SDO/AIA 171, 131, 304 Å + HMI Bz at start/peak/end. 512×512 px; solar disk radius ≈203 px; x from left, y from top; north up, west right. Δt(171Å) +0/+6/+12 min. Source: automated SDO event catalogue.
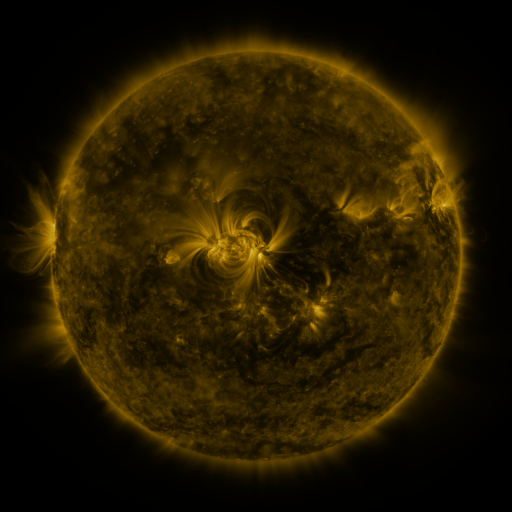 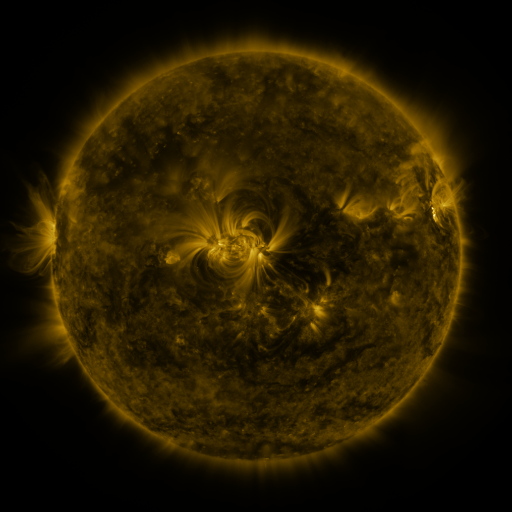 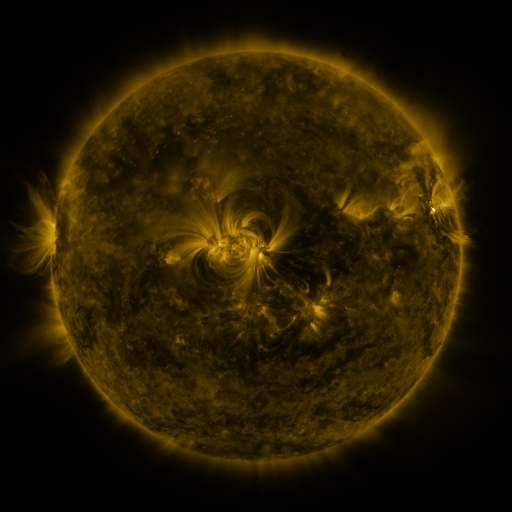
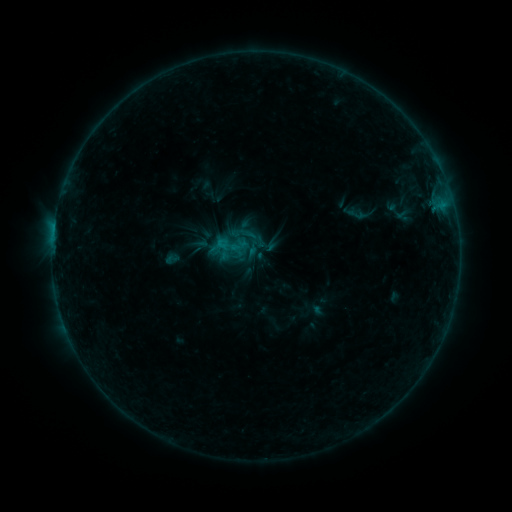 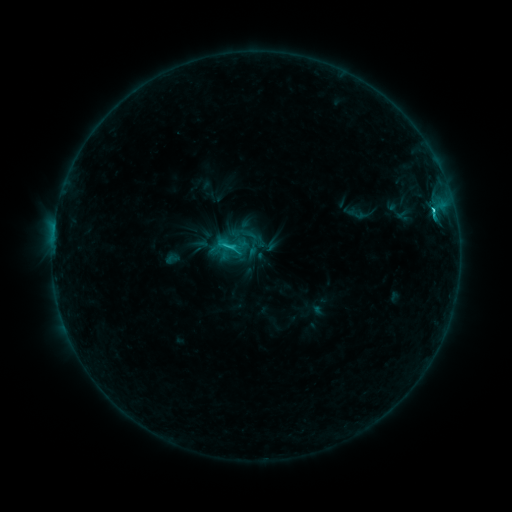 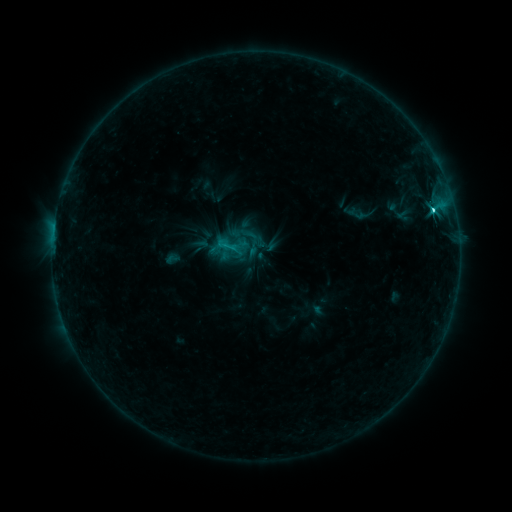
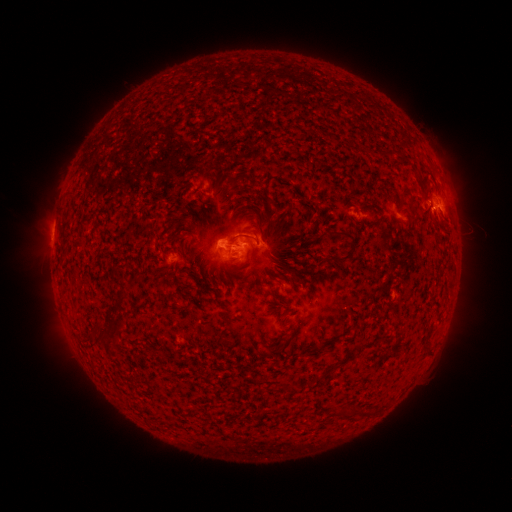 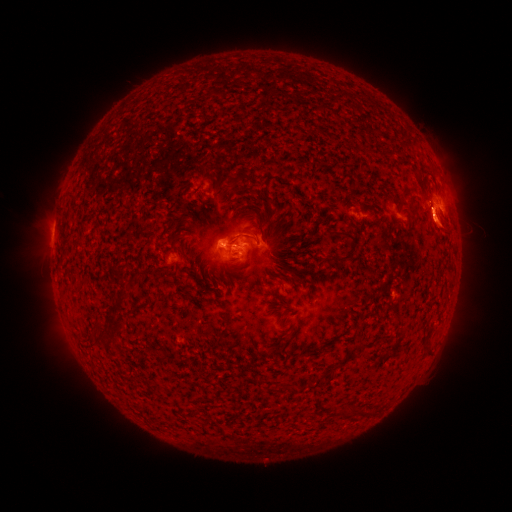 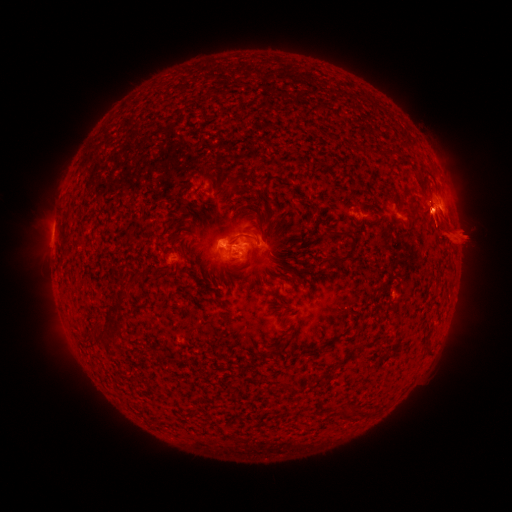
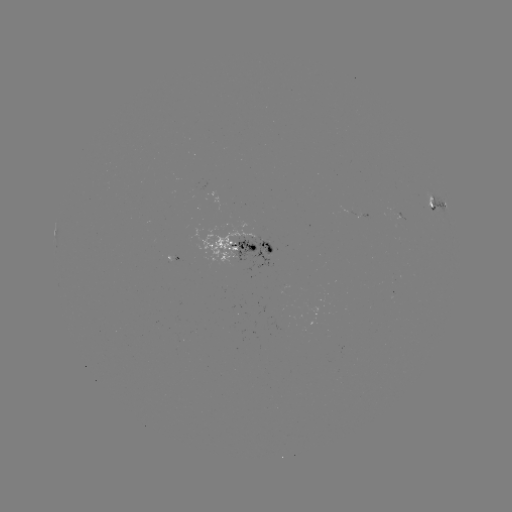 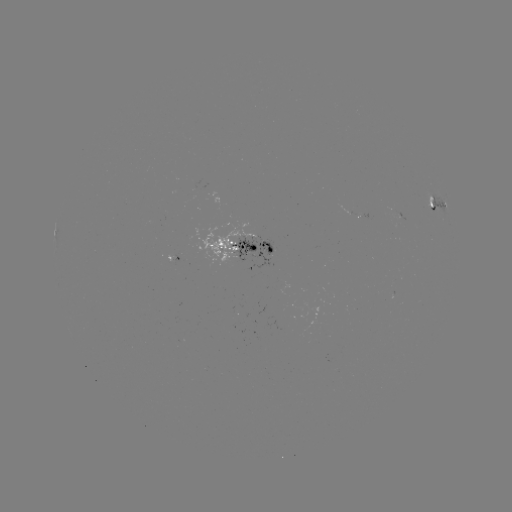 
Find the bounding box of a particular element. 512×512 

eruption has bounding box [377, 171, 496, 266].